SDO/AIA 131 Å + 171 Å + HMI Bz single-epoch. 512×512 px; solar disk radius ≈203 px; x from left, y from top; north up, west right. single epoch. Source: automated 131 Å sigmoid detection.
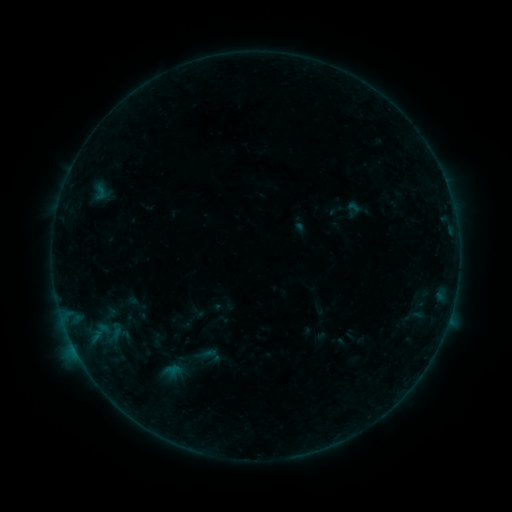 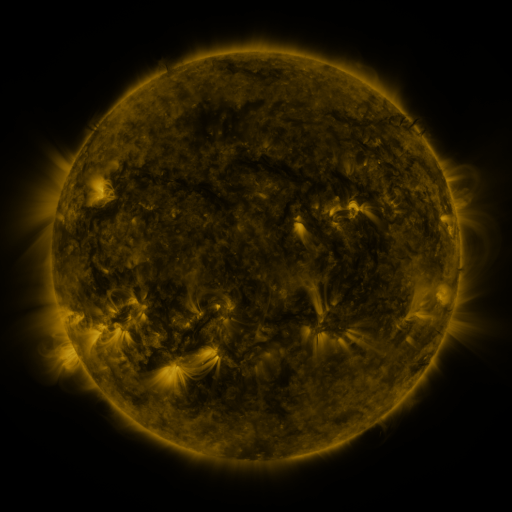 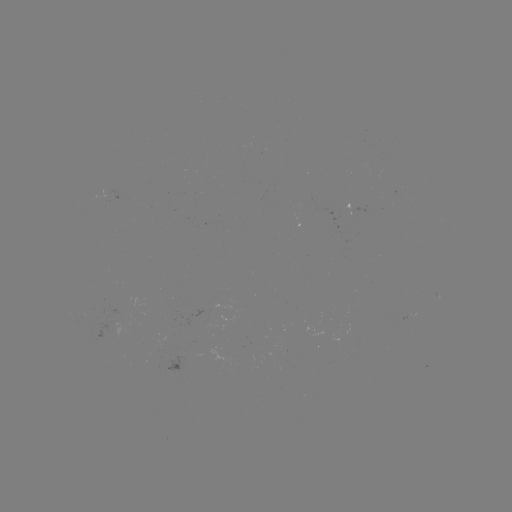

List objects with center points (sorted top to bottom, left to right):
sigmoid: [189, 341, 223, 369]
